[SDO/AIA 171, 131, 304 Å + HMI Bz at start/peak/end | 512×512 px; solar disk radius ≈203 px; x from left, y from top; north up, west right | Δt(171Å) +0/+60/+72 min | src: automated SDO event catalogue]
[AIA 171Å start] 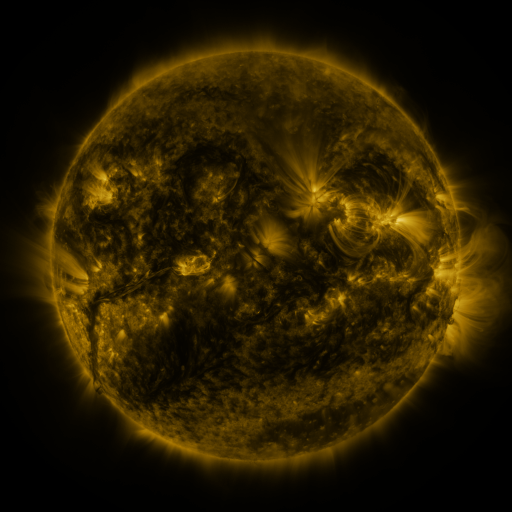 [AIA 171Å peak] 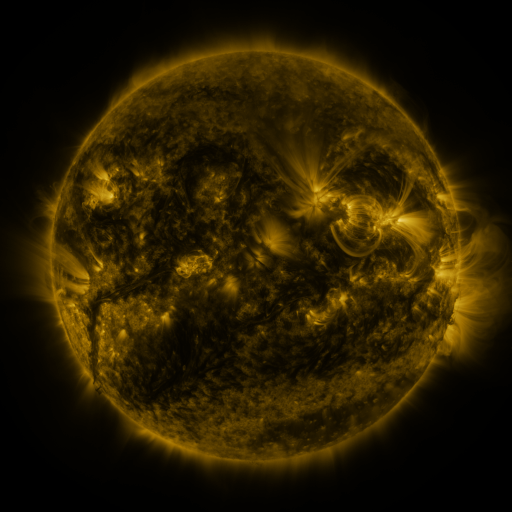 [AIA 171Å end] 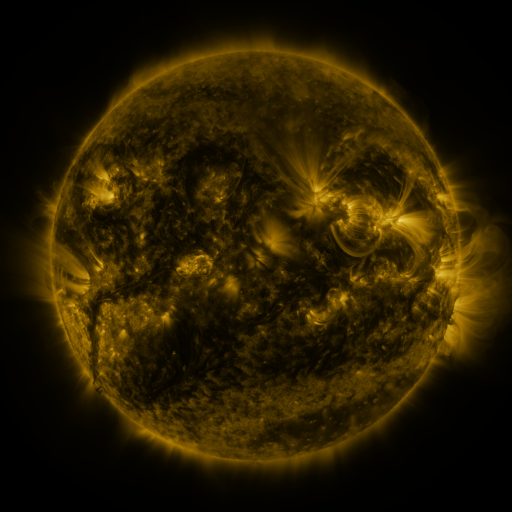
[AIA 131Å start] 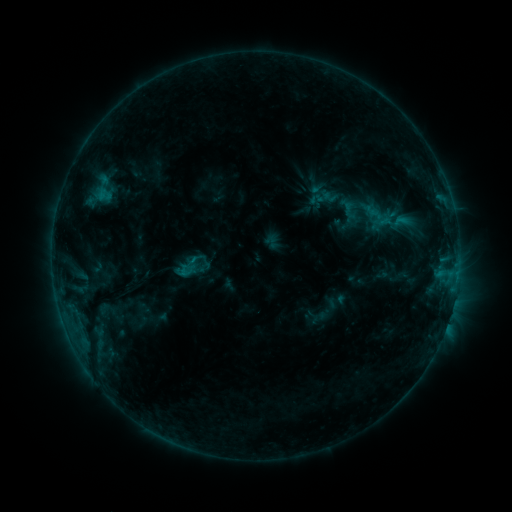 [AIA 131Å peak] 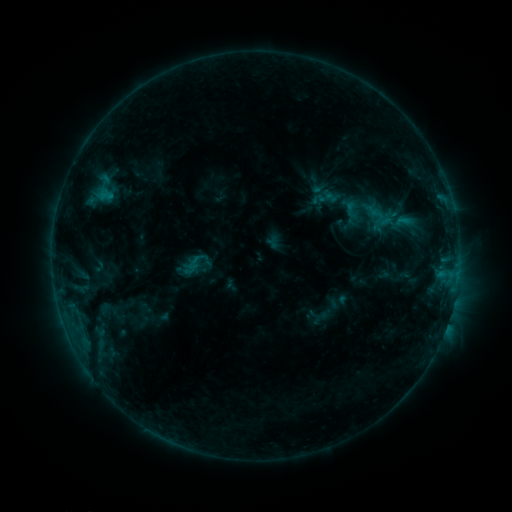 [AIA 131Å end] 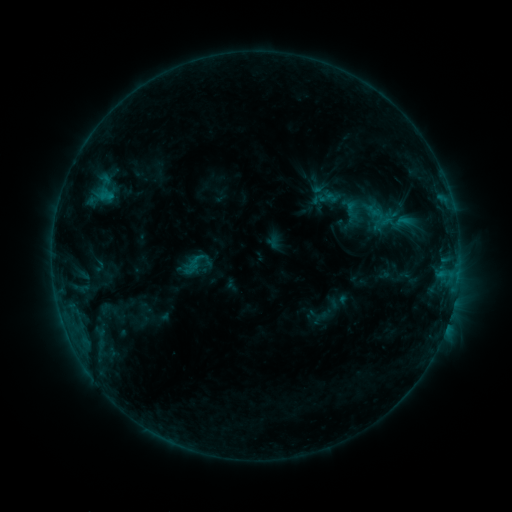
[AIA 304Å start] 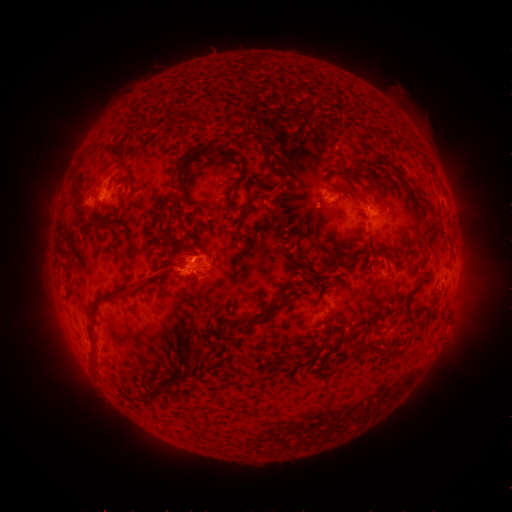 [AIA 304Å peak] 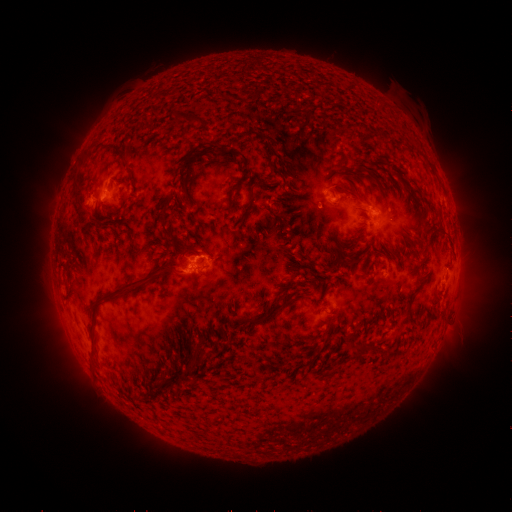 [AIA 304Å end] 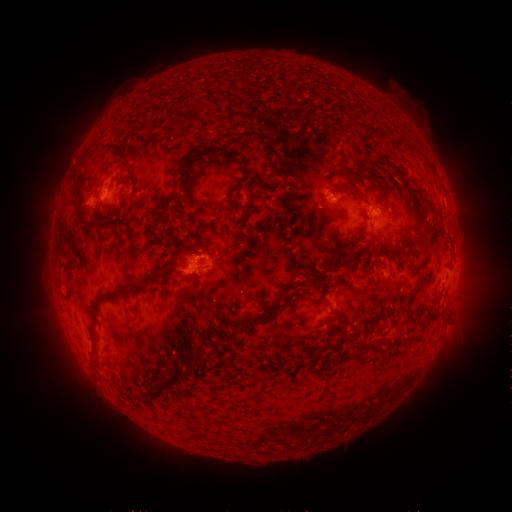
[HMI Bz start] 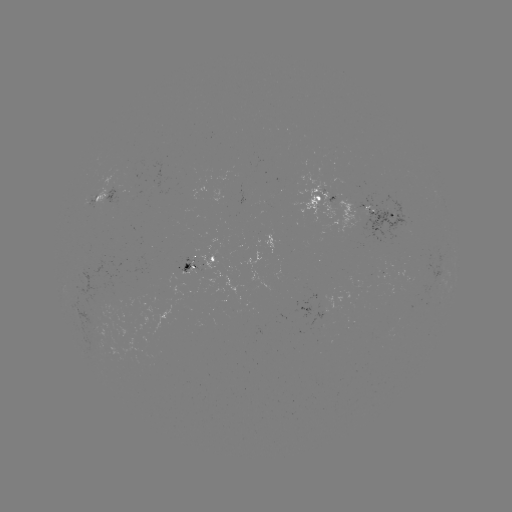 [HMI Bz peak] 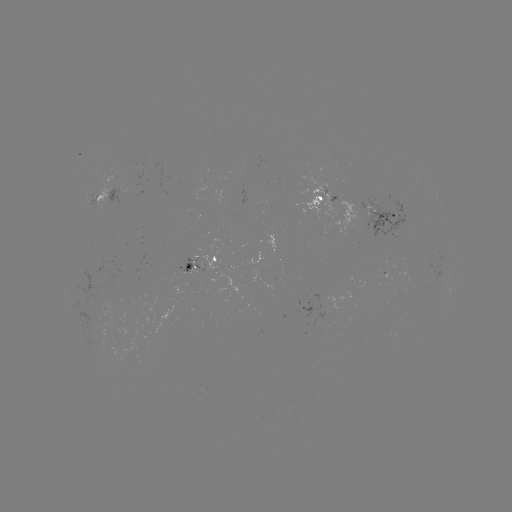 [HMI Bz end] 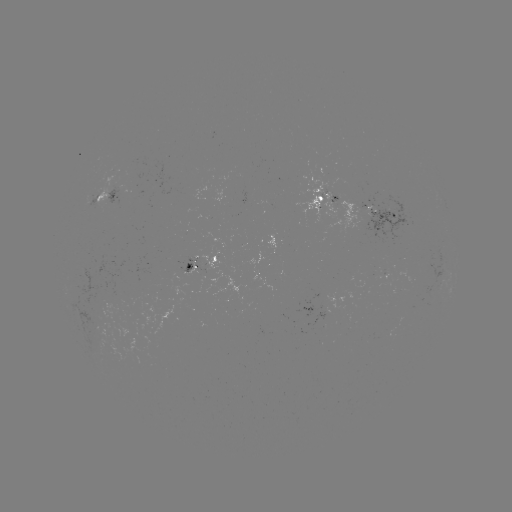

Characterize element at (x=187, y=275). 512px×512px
emerging-flux region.